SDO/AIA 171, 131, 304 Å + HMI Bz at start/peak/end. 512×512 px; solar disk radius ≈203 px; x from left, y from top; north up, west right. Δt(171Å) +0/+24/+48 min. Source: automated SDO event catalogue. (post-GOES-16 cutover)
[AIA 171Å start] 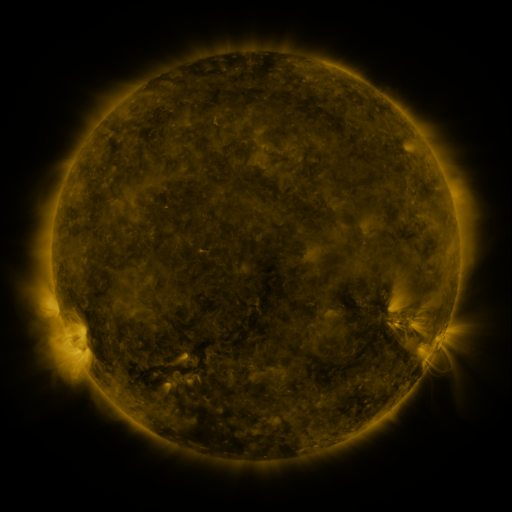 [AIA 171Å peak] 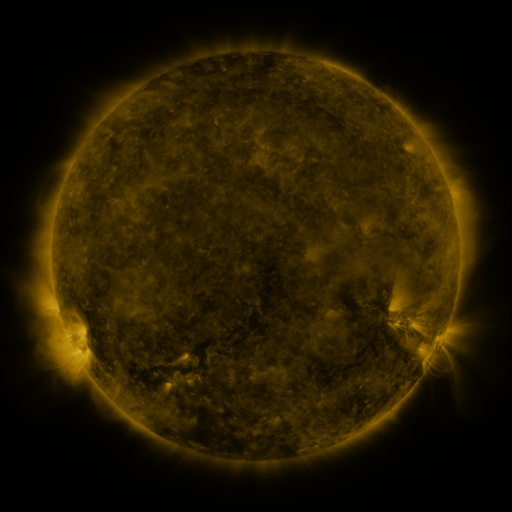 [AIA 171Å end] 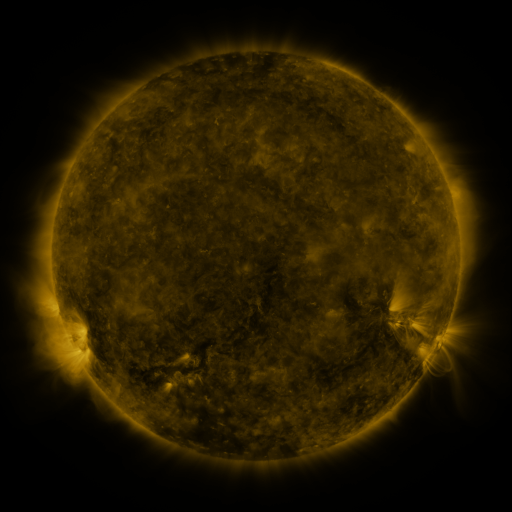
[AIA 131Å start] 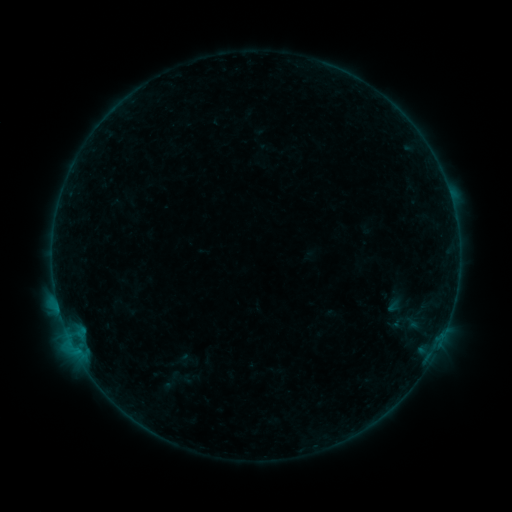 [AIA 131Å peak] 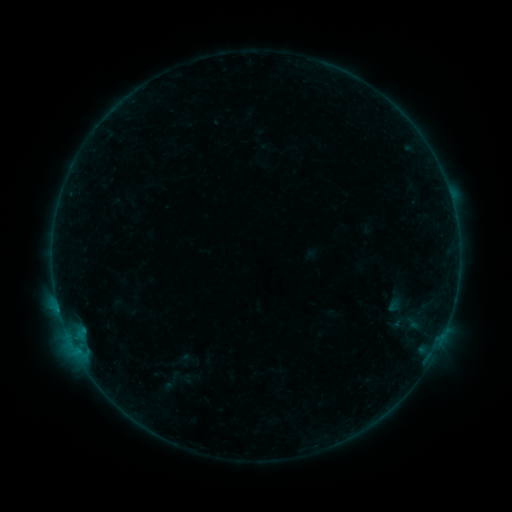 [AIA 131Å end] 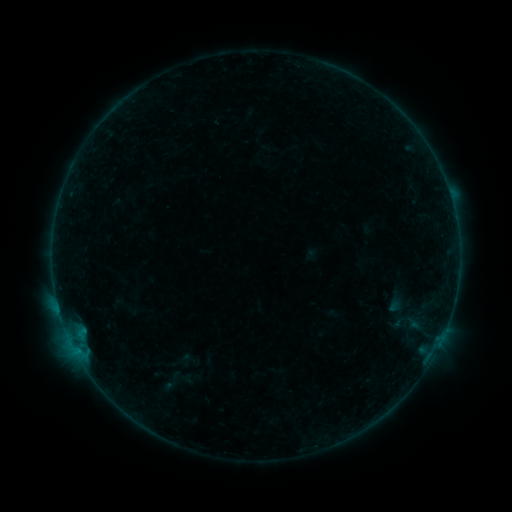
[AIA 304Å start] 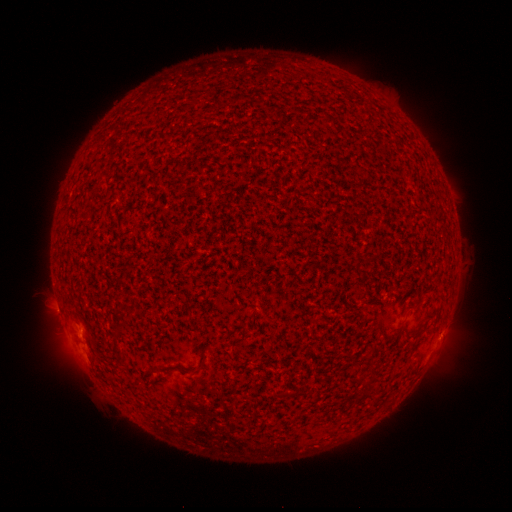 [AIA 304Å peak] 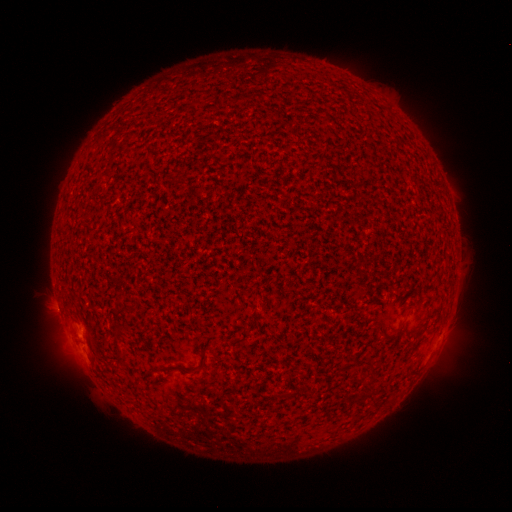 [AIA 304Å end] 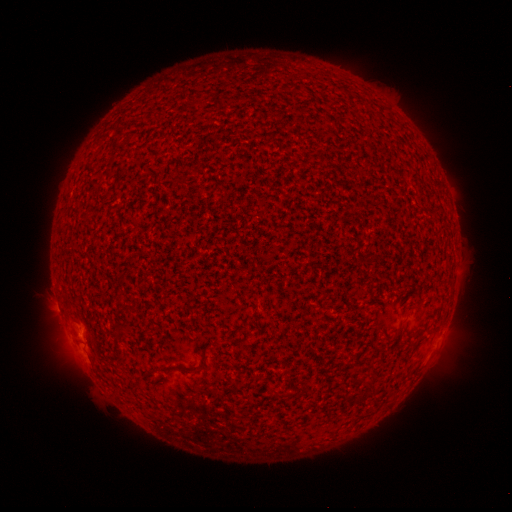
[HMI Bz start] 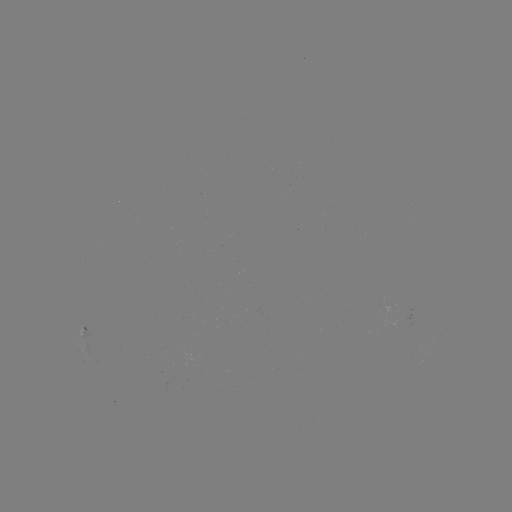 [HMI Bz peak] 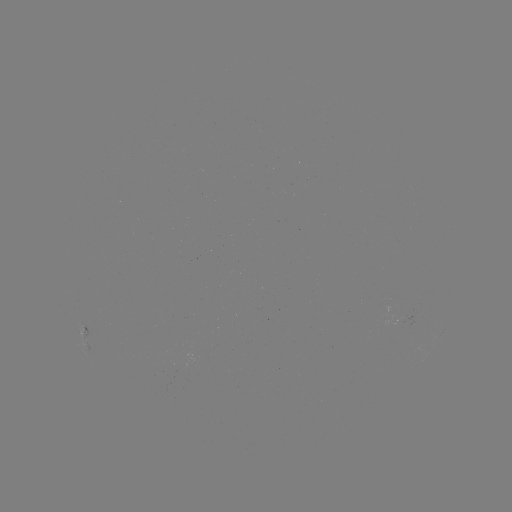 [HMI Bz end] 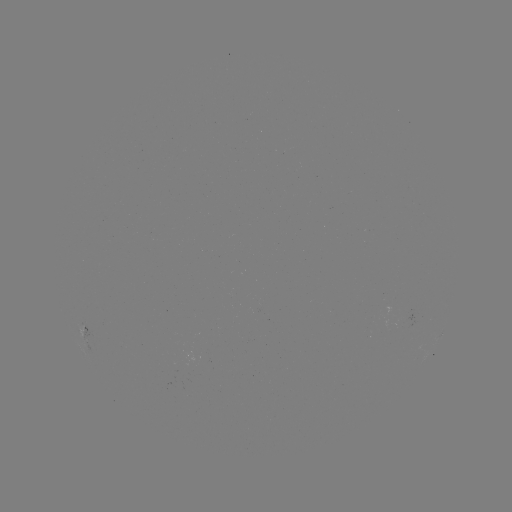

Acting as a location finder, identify B2.0 flare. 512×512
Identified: (76, 334).